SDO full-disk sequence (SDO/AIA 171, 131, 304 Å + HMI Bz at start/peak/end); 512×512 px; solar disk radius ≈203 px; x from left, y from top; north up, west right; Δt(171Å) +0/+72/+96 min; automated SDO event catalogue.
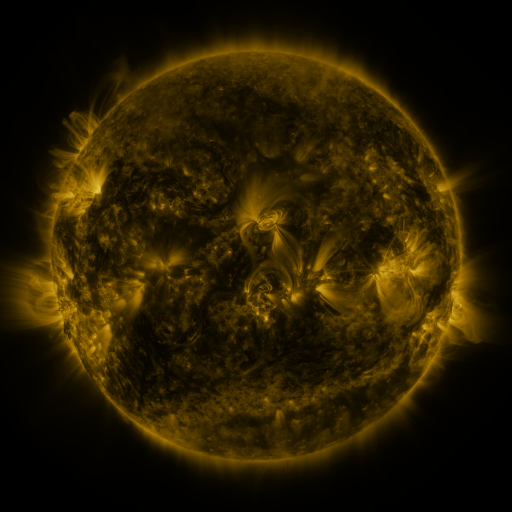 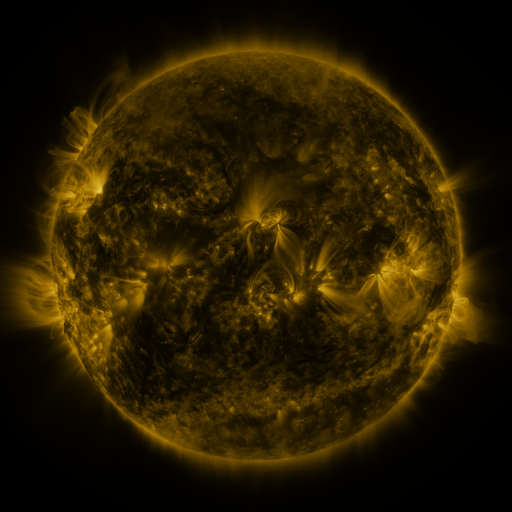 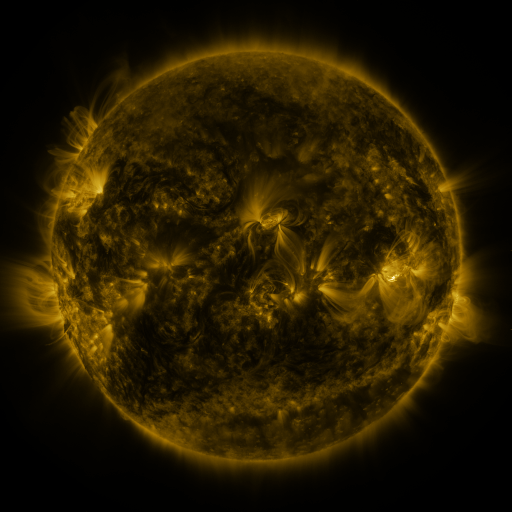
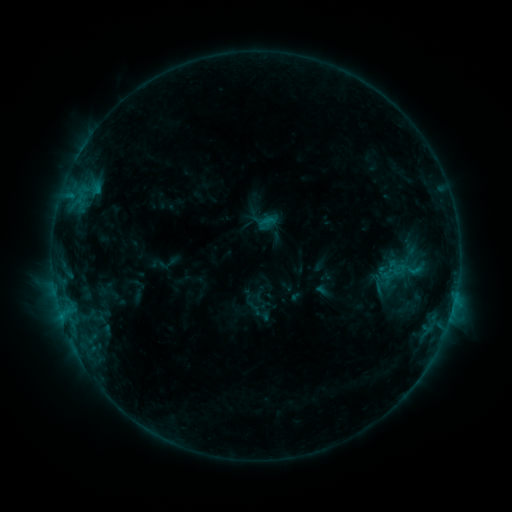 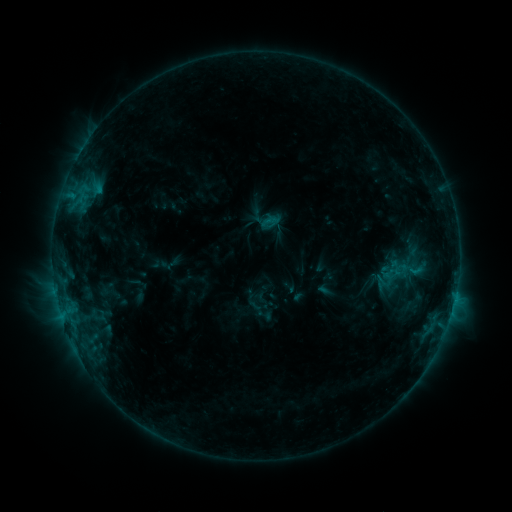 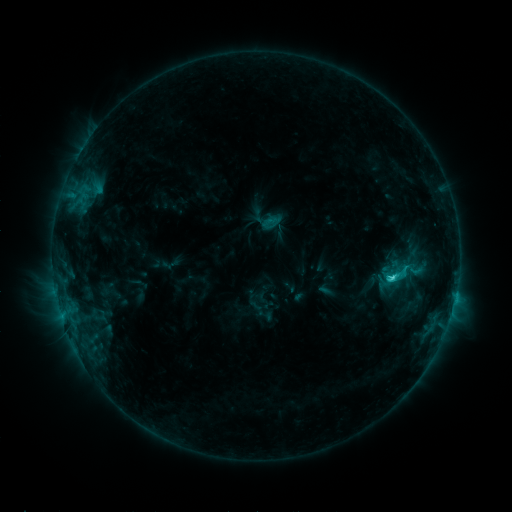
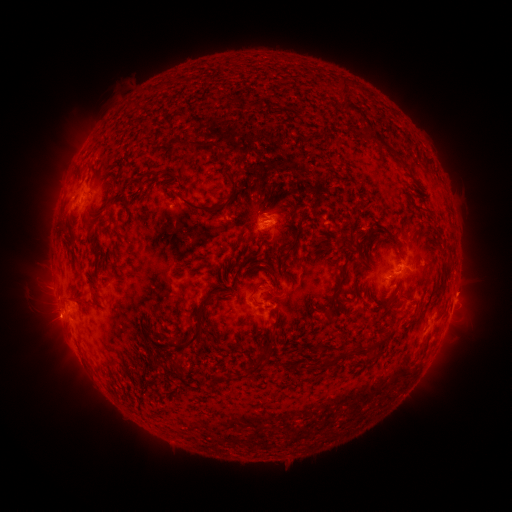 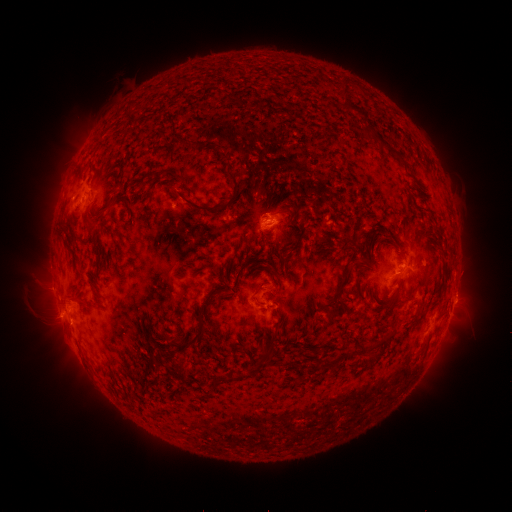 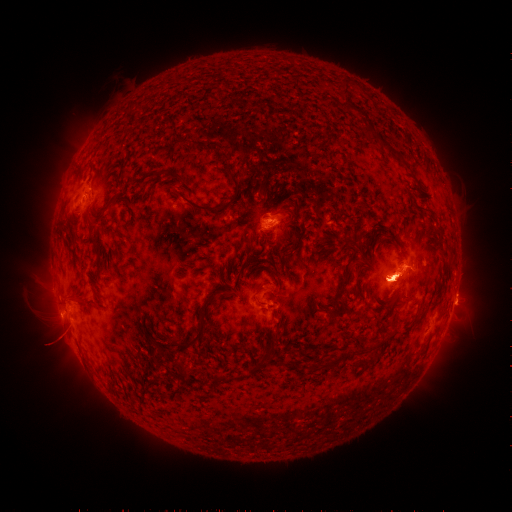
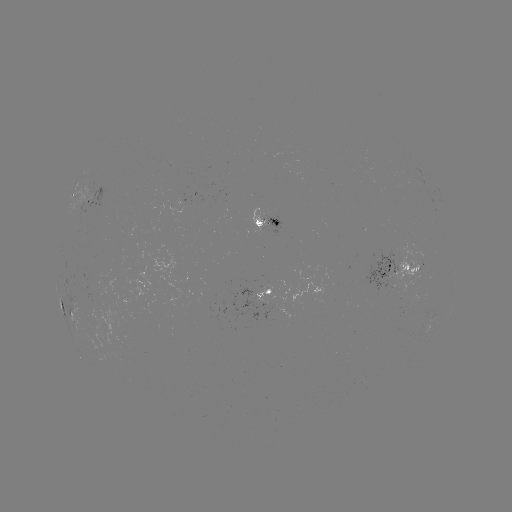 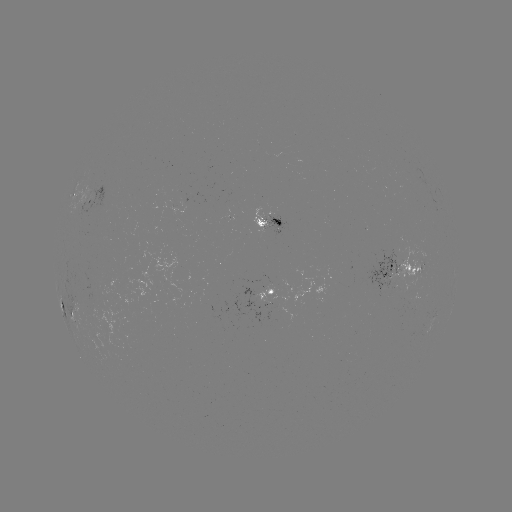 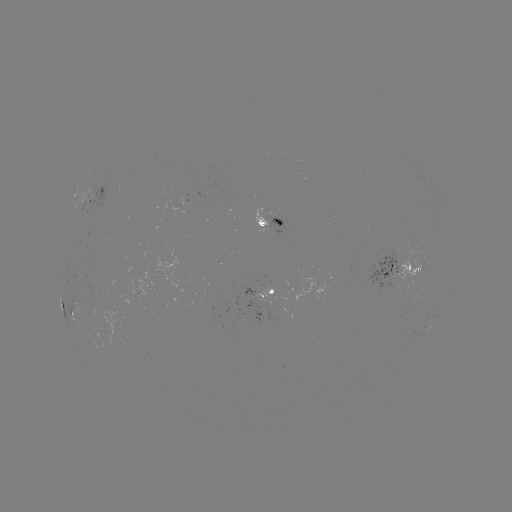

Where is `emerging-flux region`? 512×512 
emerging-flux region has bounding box [266, 215, 284, 234].